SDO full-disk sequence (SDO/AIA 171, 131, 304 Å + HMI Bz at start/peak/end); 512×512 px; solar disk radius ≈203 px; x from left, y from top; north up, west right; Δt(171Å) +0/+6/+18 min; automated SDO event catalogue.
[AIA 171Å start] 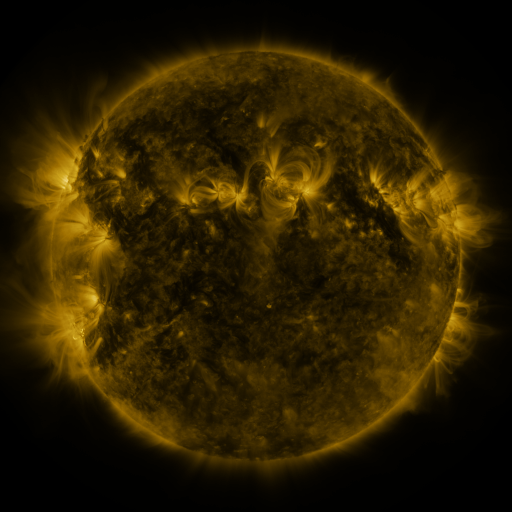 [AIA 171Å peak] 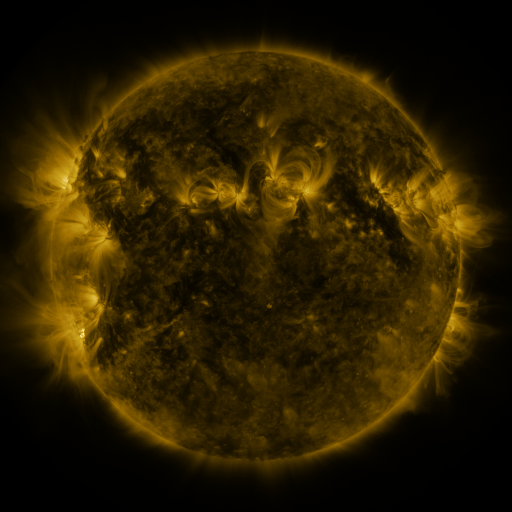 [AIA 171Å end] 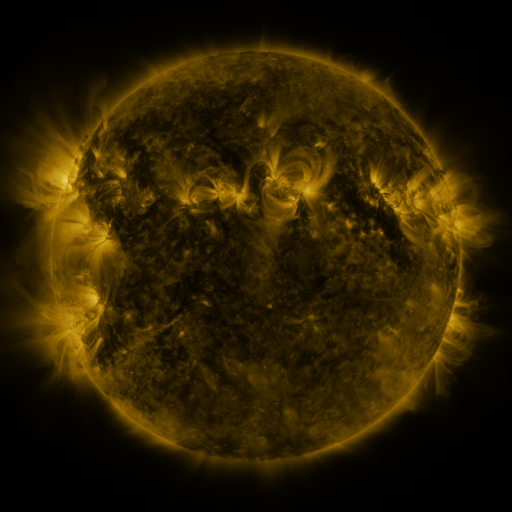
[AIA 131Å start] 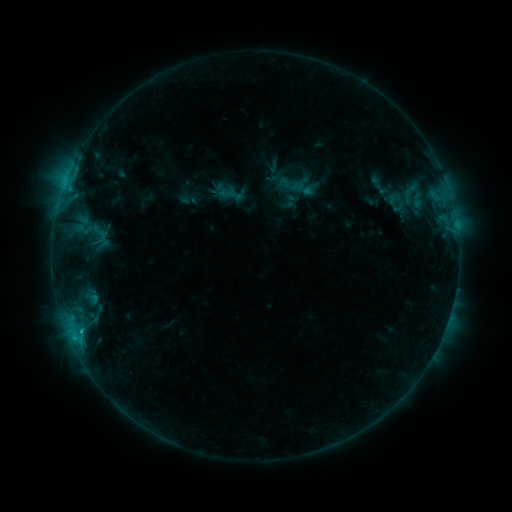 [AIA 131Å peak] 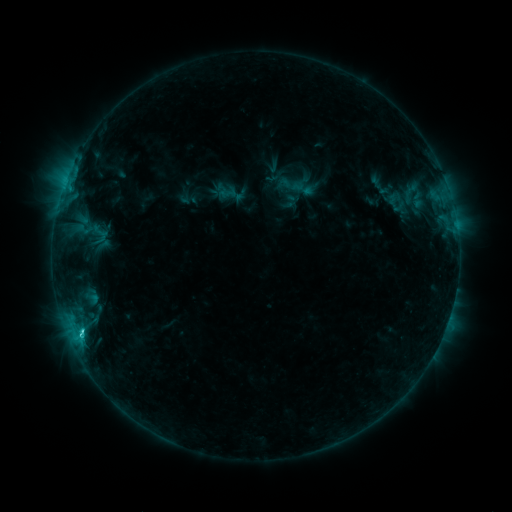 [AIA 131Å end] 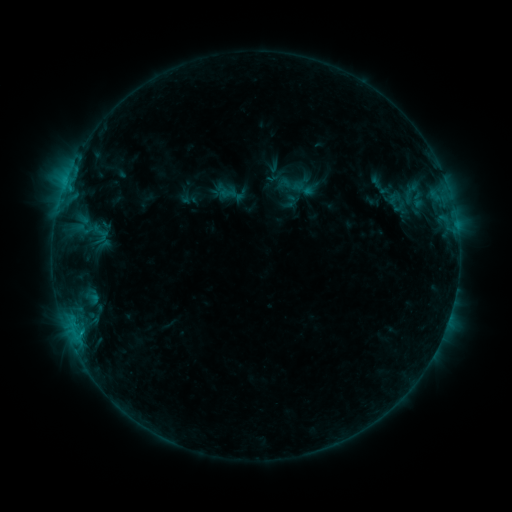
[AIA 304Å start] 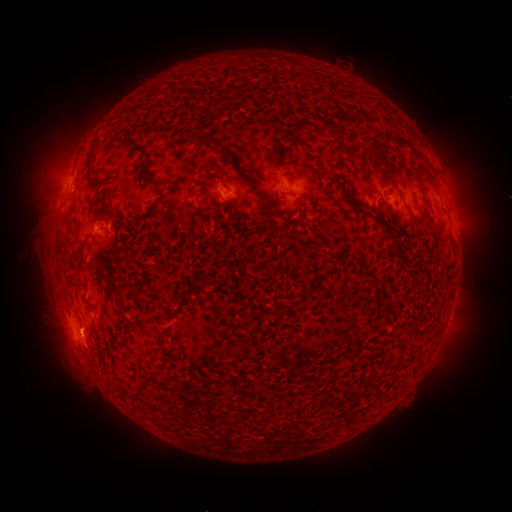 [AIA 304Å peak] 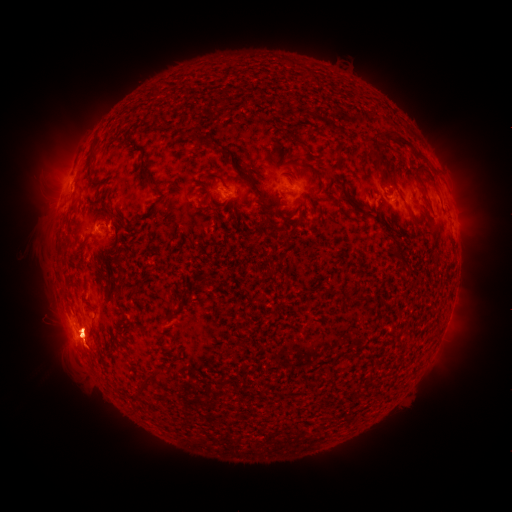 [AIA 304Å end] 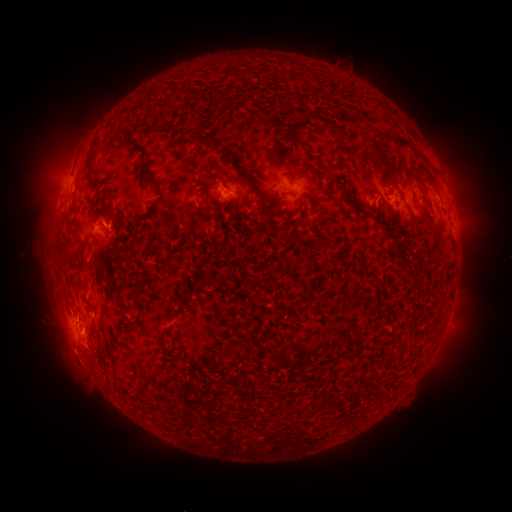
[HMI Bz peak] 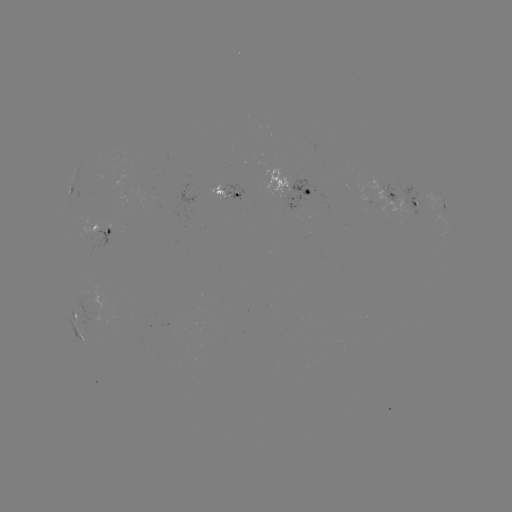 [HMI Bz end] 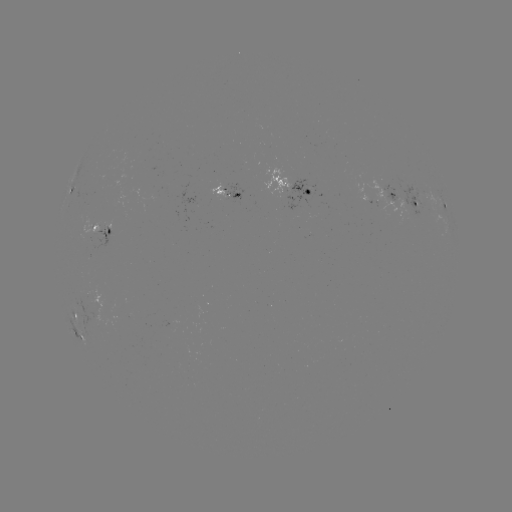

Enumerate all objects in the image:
eruption: (79, 341)
